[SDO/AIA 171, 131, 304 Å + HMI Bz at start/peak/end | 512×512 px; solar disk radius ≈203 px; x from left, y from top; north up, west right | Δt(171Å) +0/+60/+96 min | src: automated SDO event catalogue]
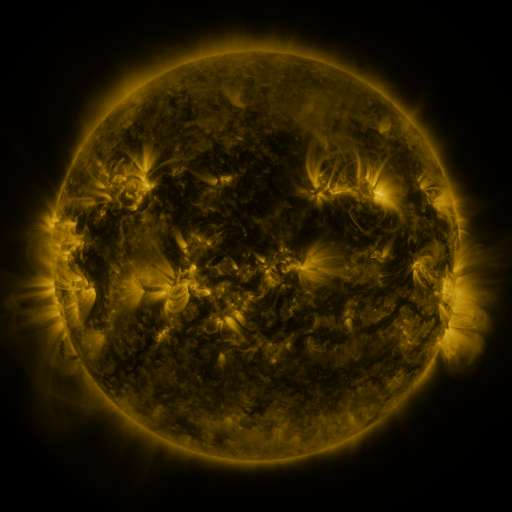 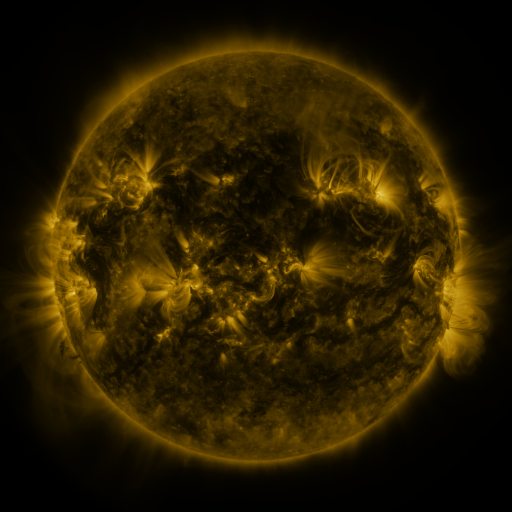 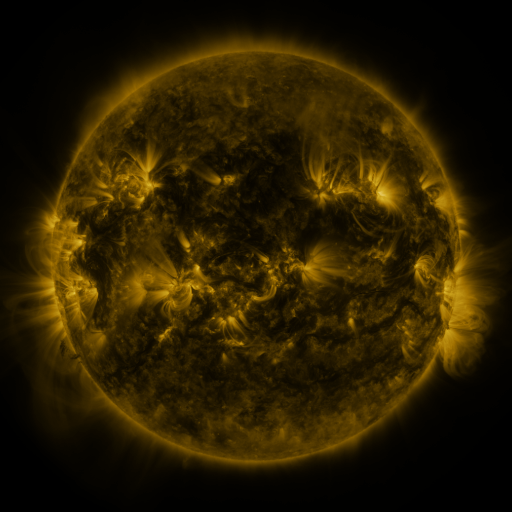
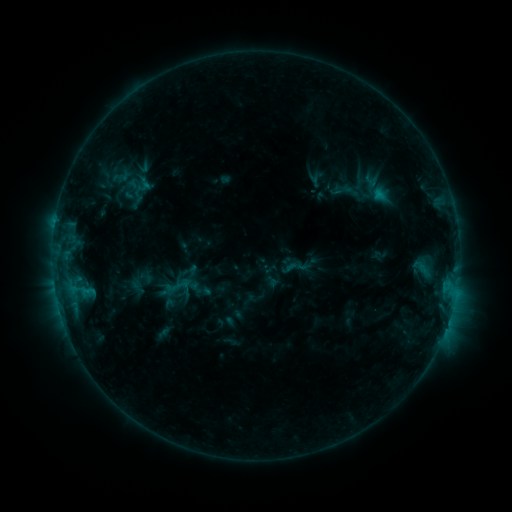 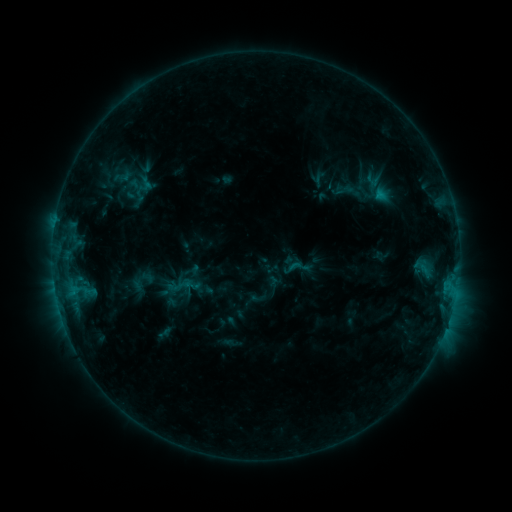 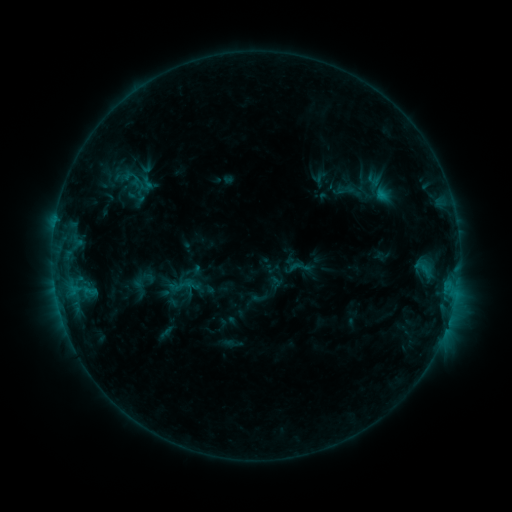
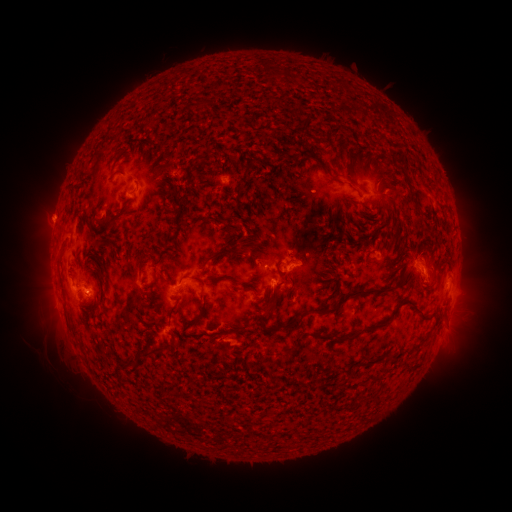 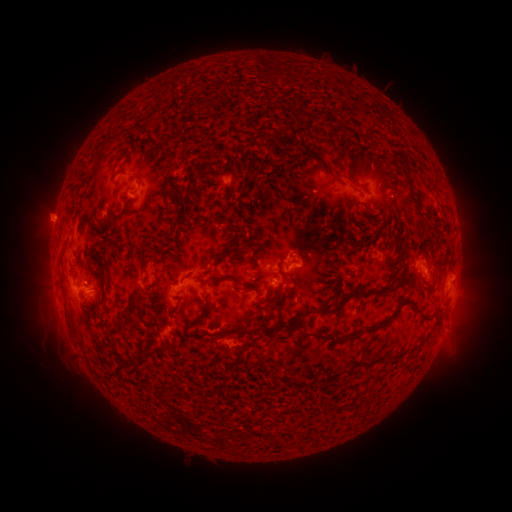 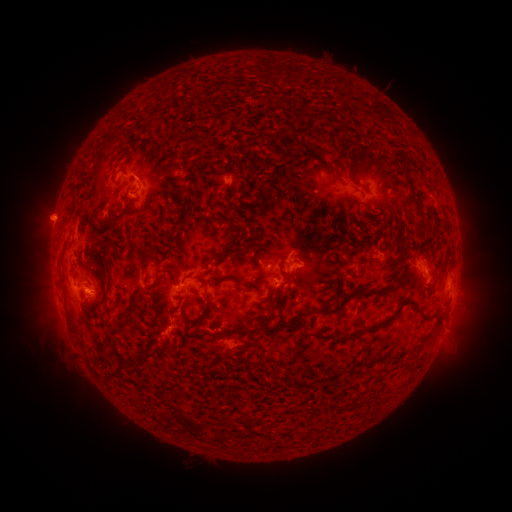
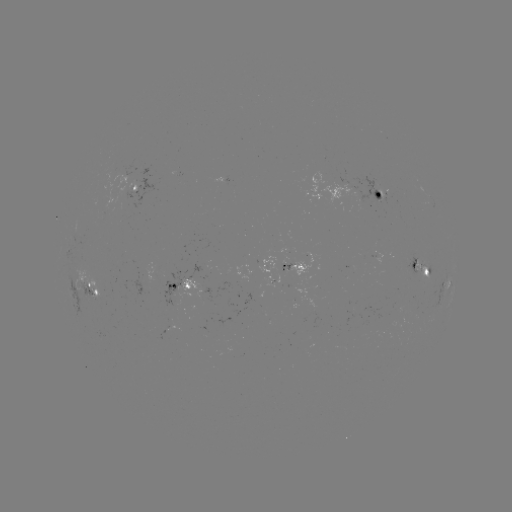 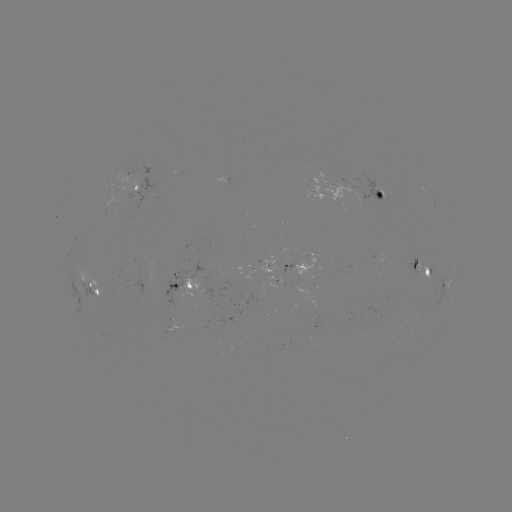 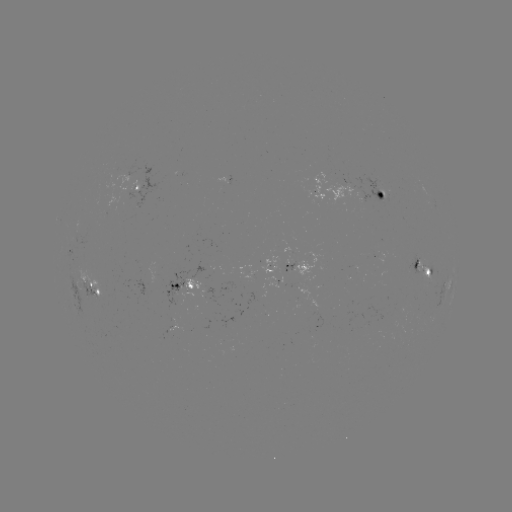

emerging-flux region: (356, 327, 366, 337)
